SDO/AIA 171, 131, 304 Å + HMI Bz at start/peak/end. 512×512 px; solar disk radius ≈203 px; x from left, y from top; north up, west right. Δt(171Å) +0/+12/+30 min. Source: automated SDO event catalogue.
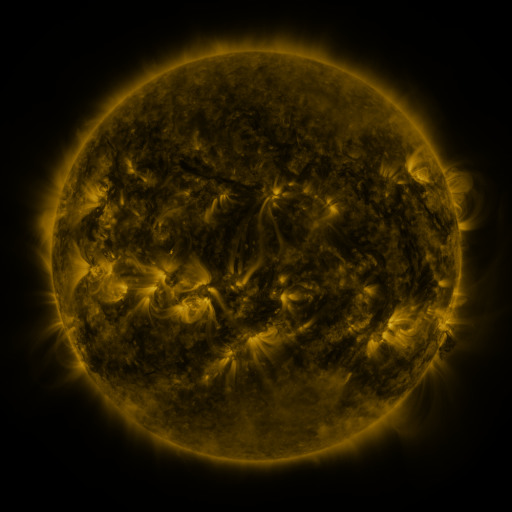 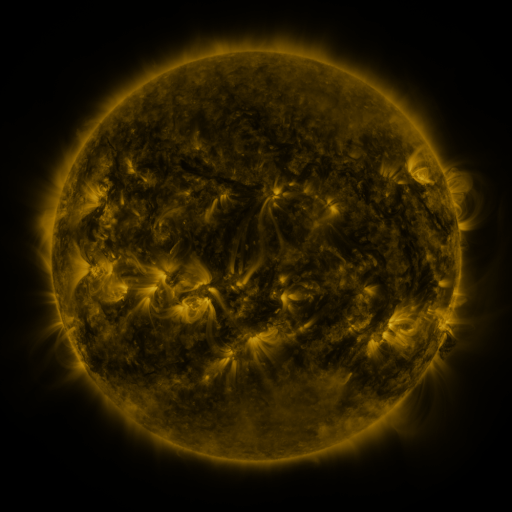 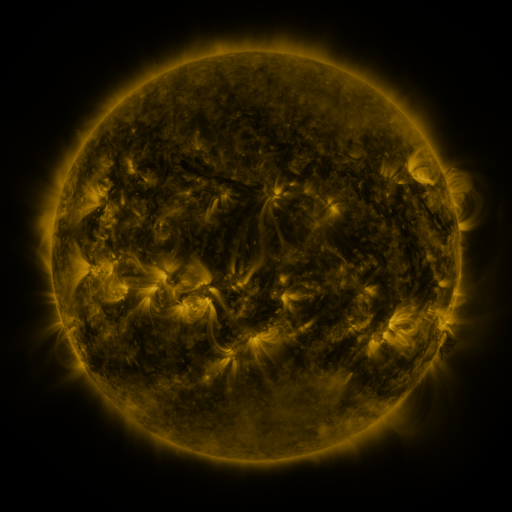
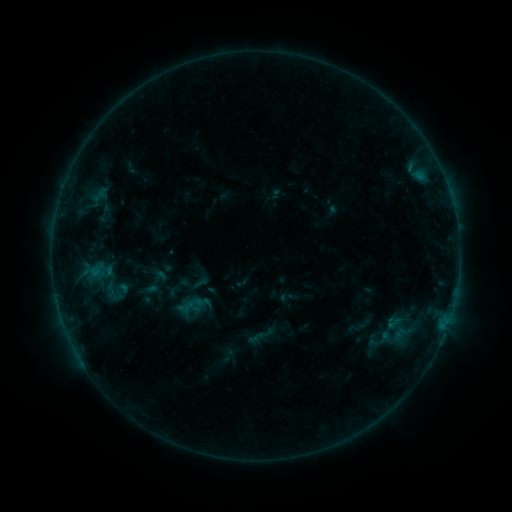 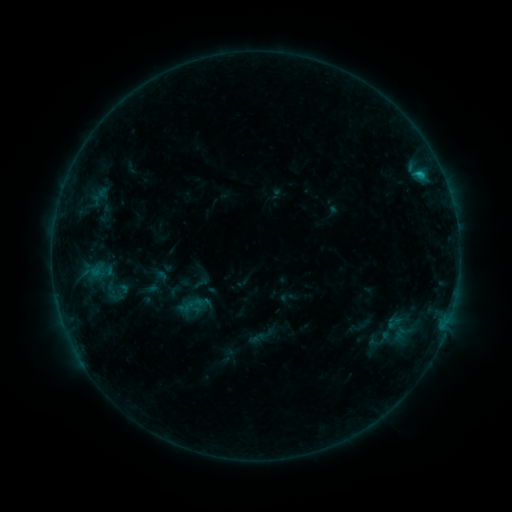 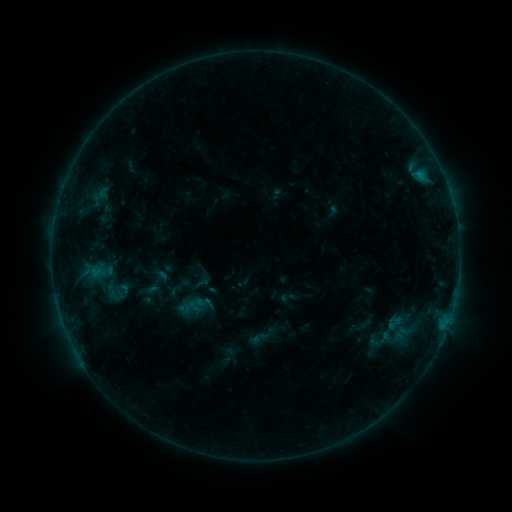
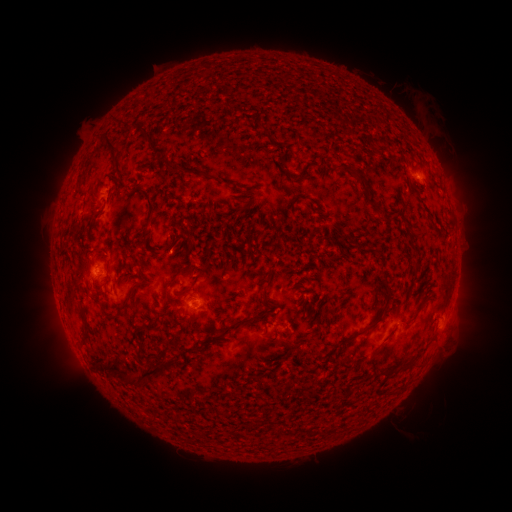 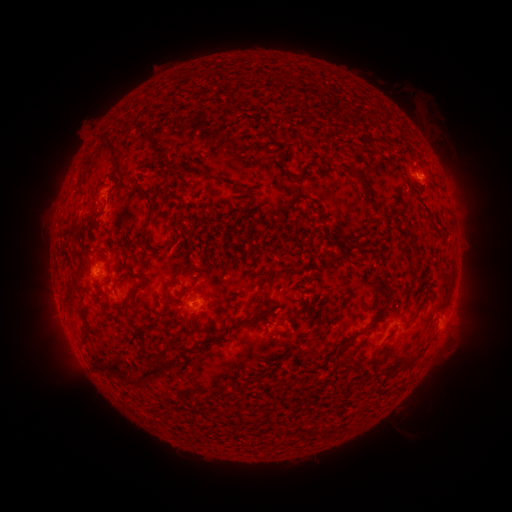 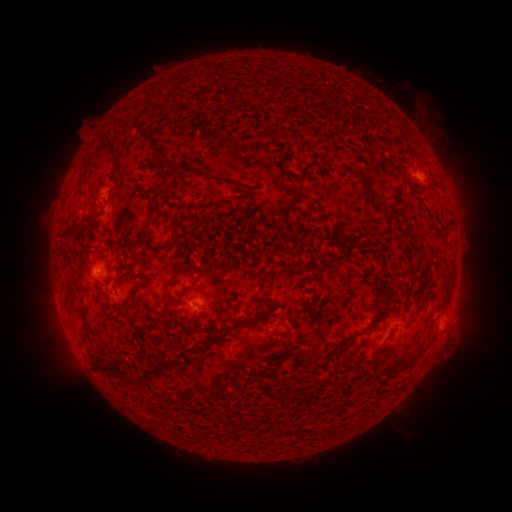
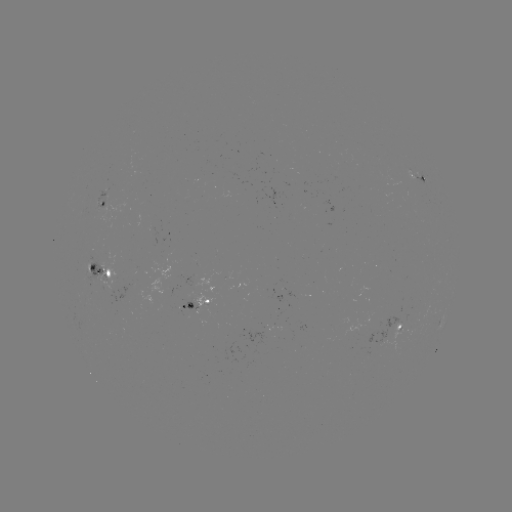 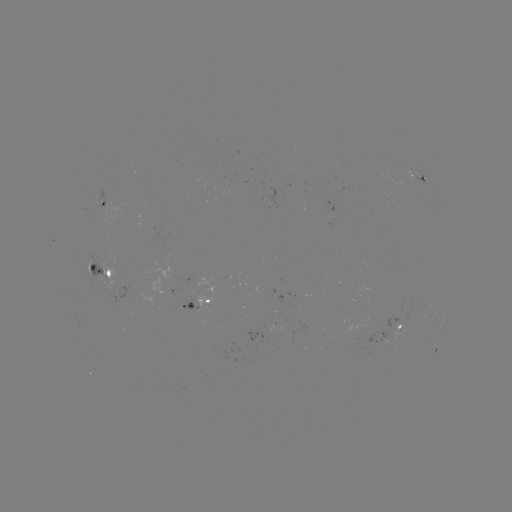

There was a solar flare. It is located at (418, 175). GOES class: B5.8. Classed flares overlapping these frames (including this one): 1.